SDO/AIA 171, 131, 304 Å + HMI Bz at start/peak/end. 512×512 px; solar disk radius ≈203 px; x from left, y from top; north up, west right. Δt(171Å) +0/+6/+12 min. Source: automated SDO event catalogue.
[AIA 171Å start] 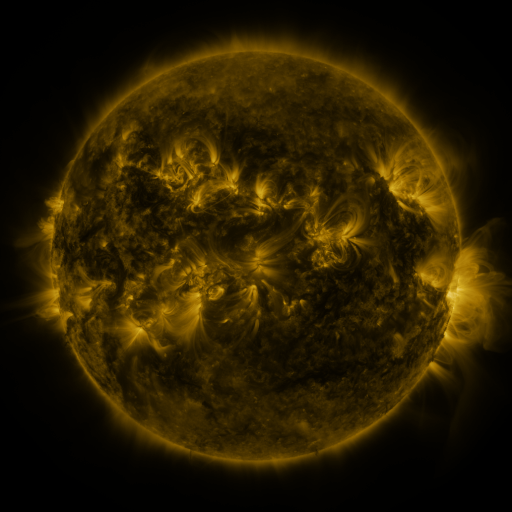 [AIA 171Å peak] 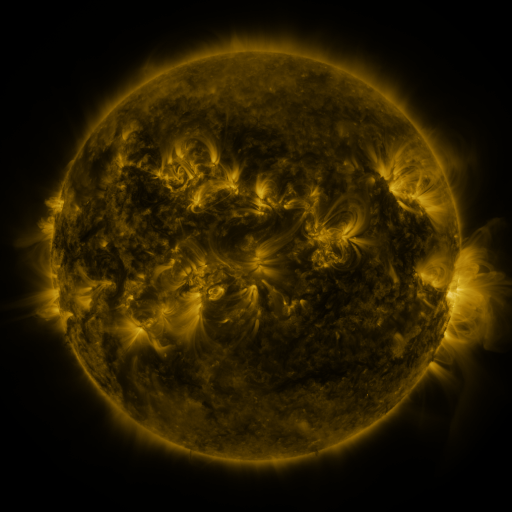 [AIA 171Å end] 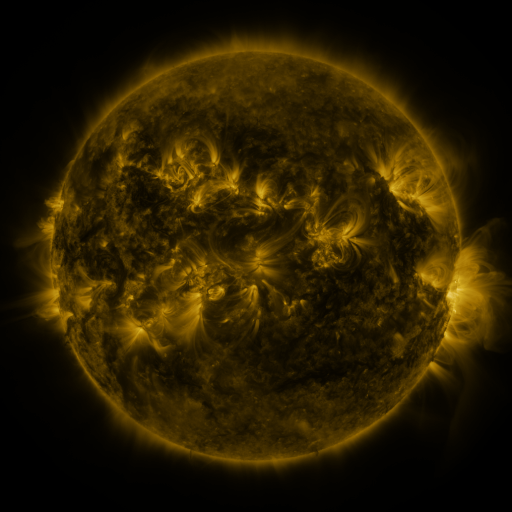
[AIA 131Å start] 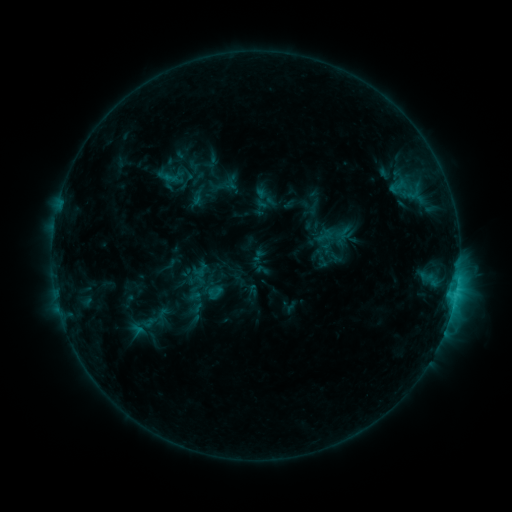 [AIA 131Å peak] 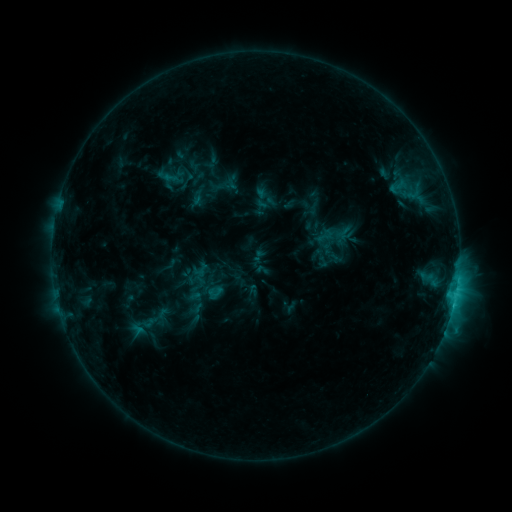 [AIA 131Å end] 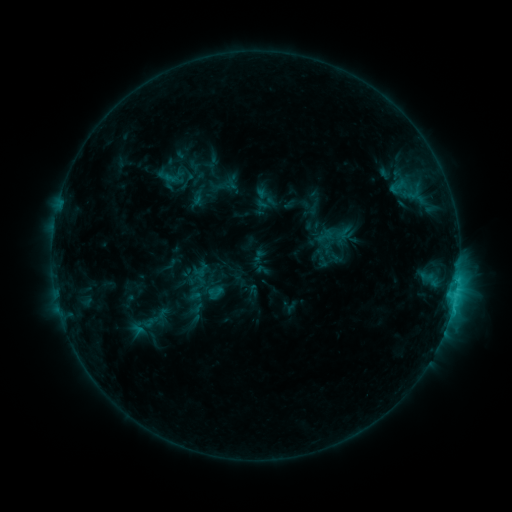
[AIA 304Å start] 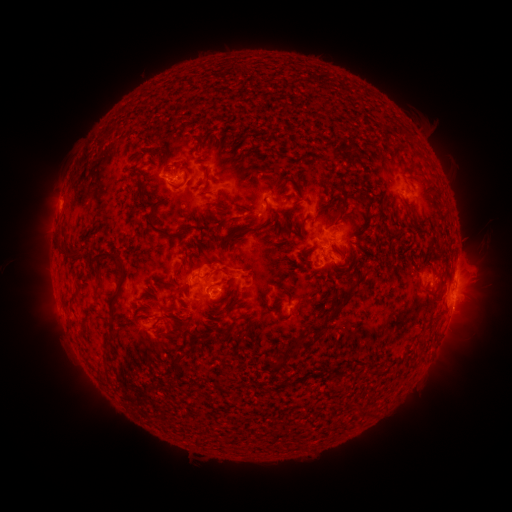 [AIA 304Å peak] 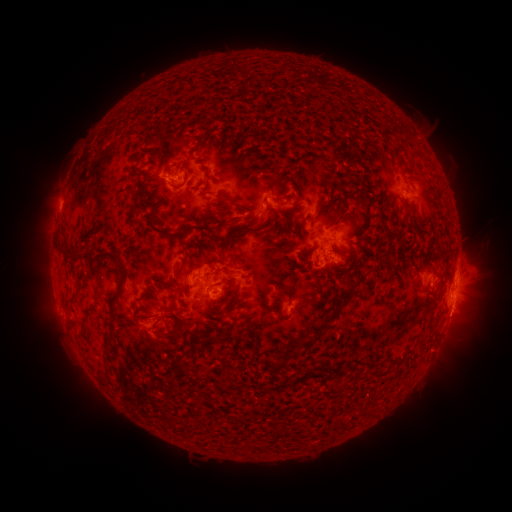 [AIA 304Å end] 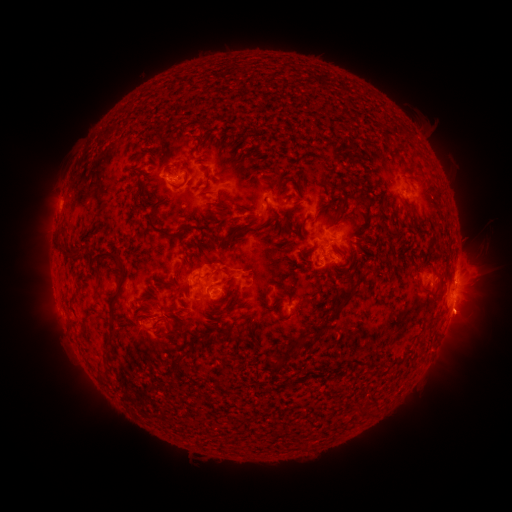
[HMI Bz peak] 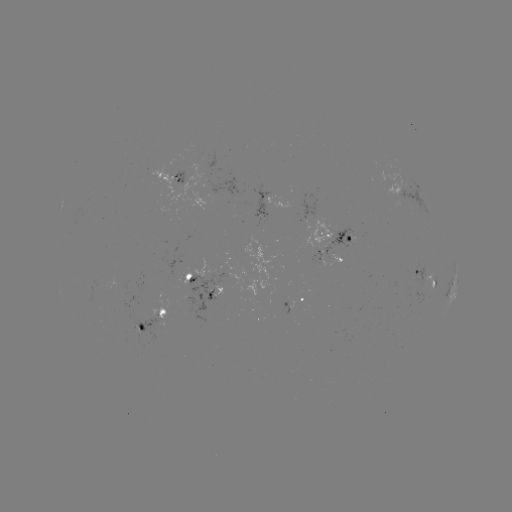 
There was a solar eruption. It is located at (466, 317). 